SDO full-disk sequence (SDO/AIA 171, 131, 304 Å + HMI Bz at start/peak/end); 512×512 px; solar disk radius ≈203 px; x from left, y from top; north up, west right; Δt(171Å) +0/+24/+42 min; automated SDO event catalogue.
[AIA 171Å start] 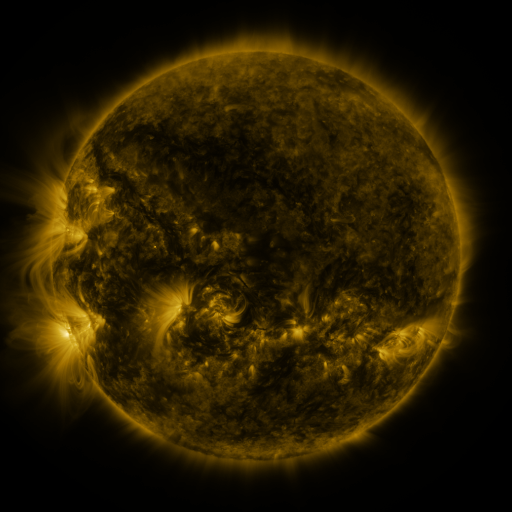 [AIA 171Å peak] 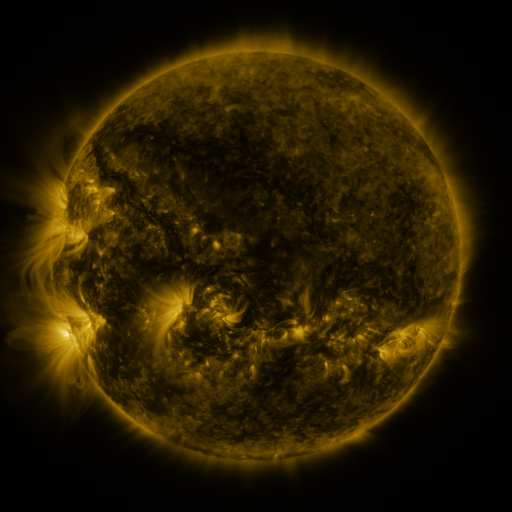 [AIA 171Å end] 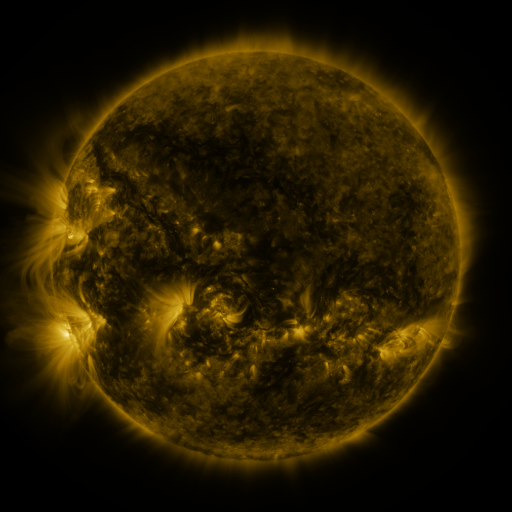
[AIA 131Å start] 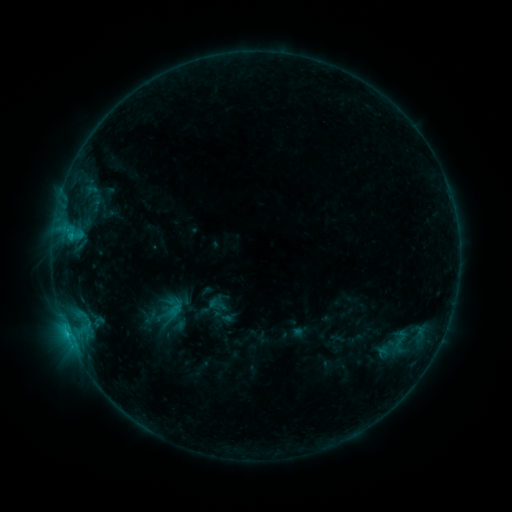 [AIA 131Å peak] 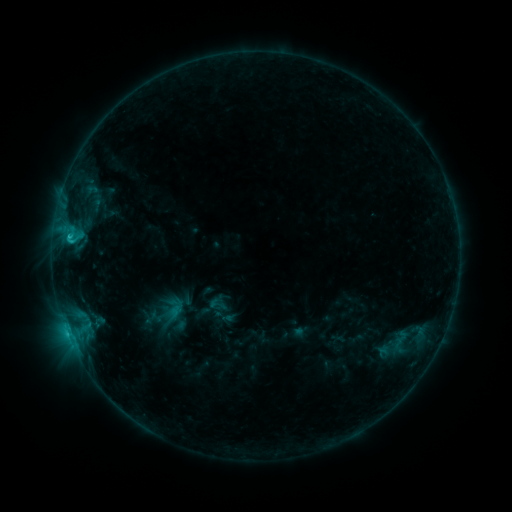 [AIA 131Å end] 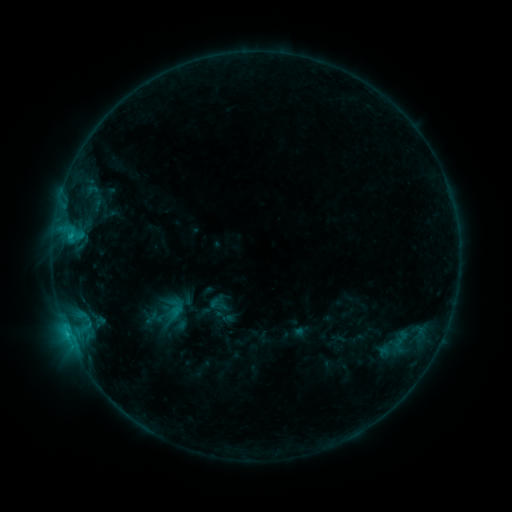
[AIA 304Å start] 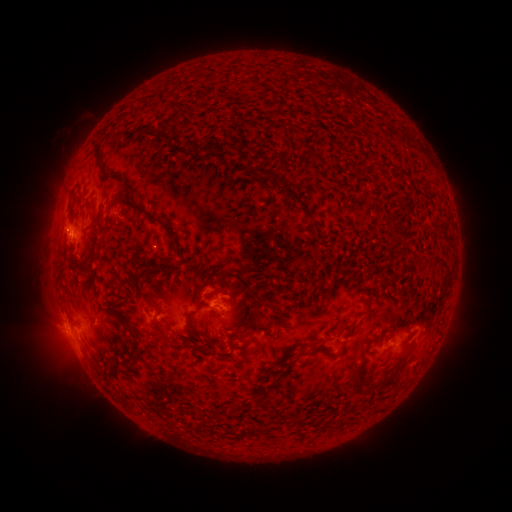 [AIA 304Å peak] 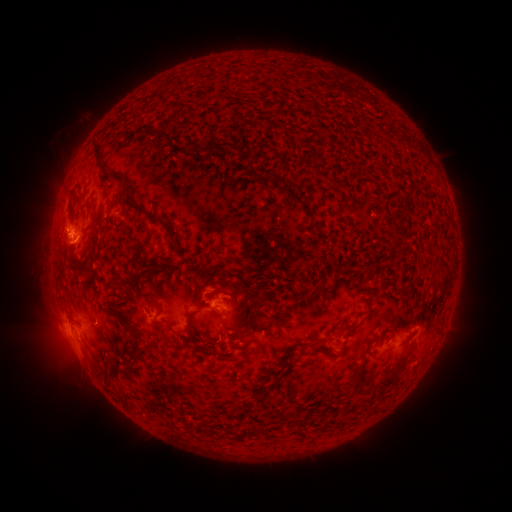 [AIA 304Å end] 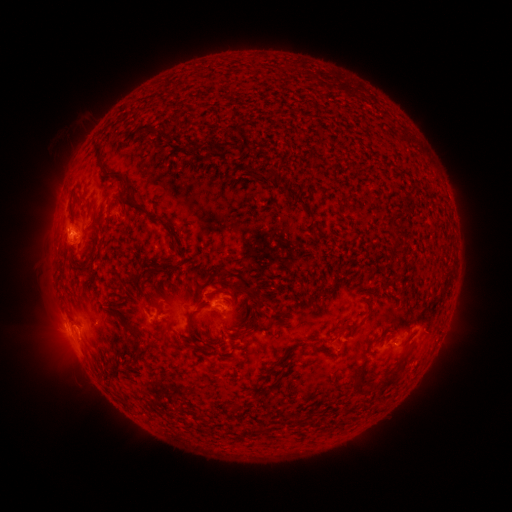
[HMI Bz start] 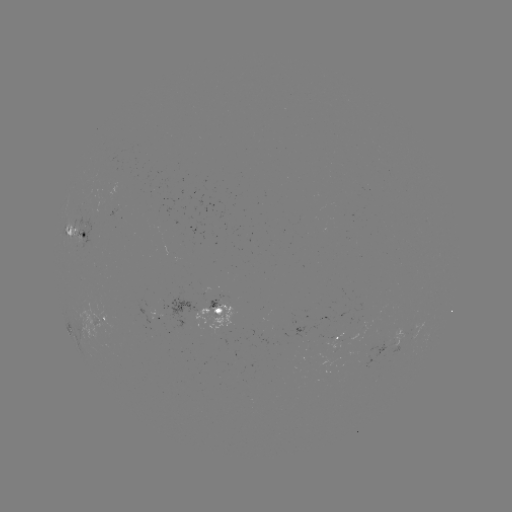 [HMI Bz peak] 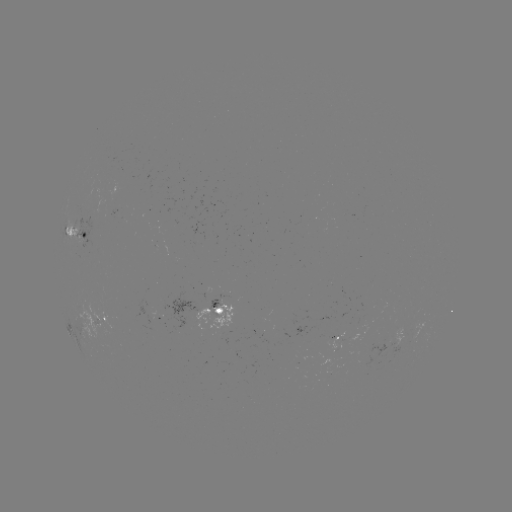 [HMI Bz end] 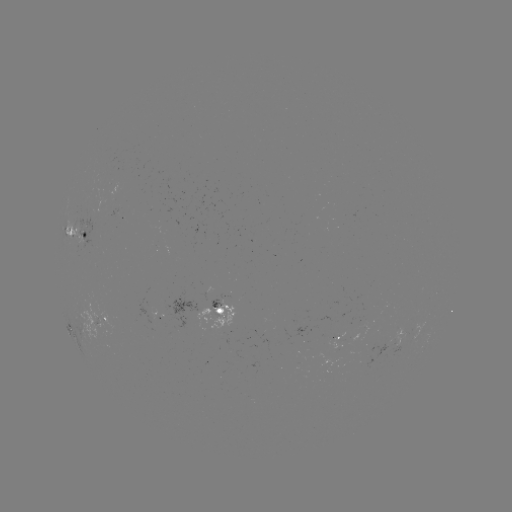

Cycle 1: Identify B9.8 flare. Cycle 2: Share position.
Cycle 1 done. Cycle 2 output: [70, 239].